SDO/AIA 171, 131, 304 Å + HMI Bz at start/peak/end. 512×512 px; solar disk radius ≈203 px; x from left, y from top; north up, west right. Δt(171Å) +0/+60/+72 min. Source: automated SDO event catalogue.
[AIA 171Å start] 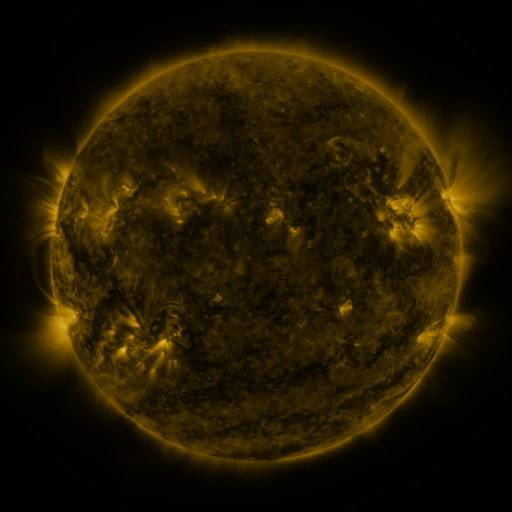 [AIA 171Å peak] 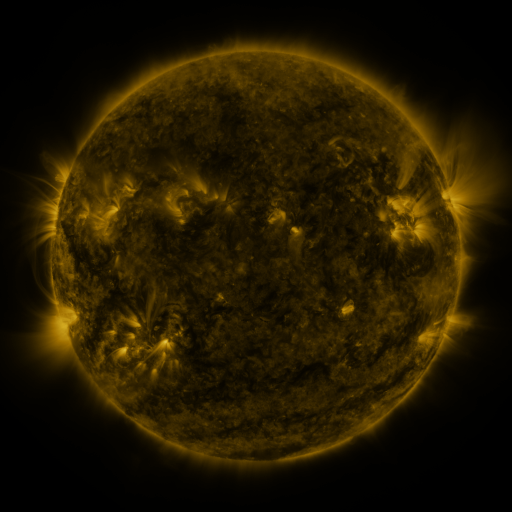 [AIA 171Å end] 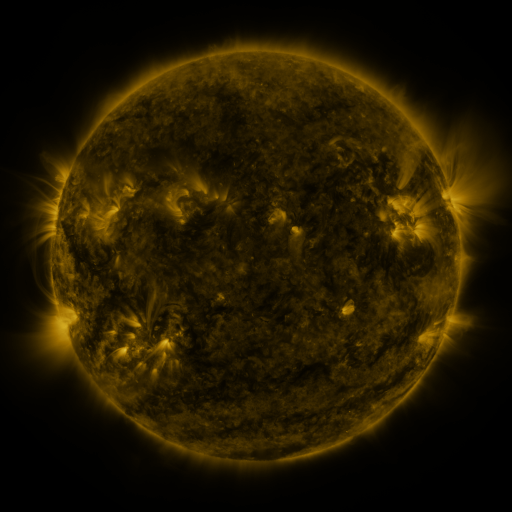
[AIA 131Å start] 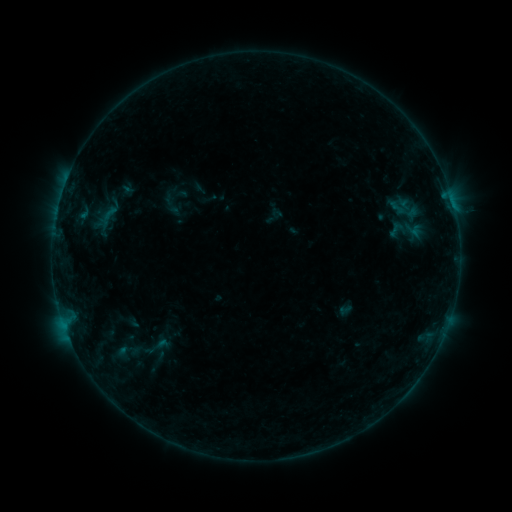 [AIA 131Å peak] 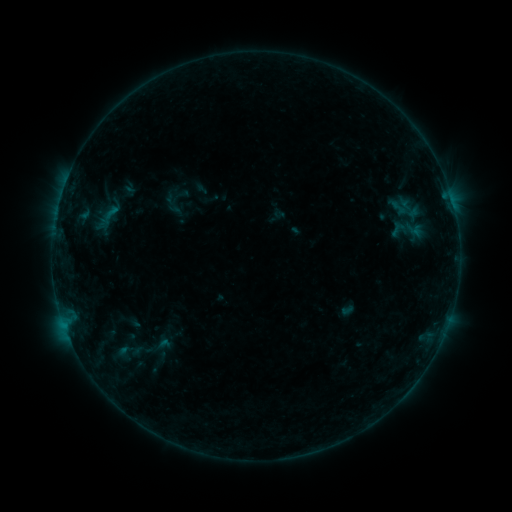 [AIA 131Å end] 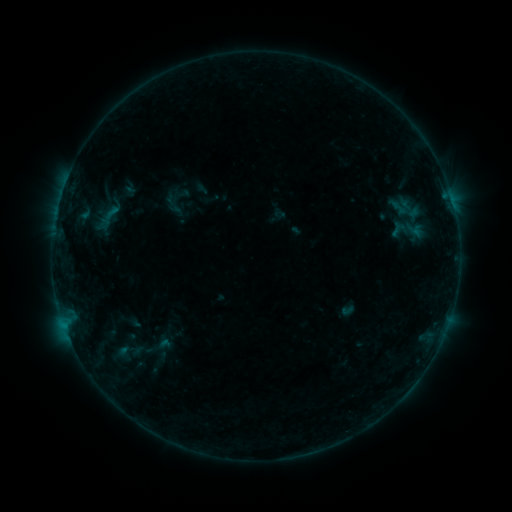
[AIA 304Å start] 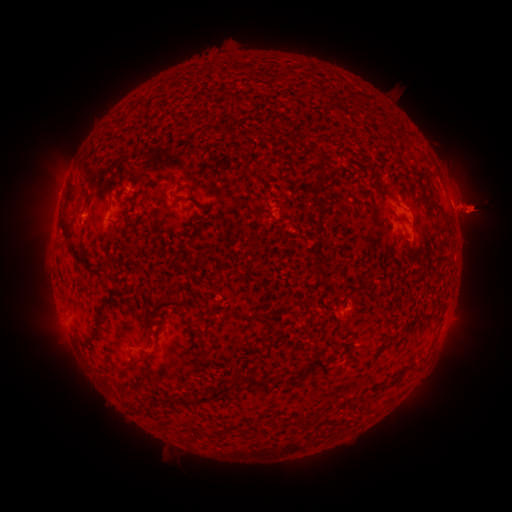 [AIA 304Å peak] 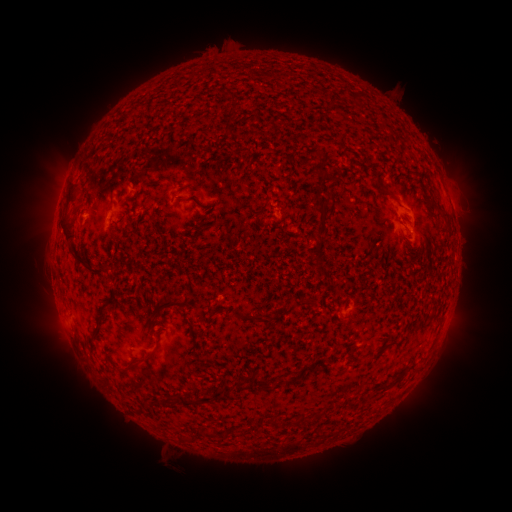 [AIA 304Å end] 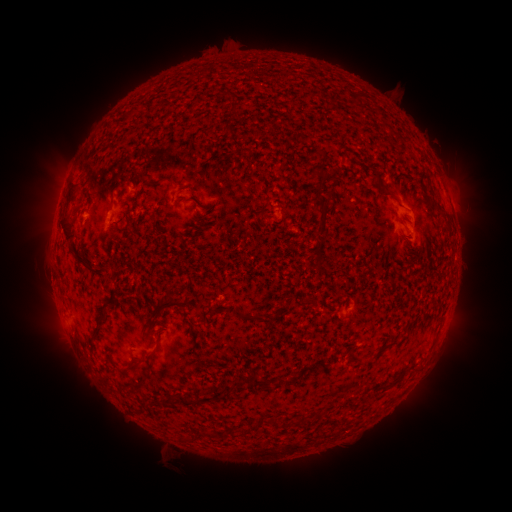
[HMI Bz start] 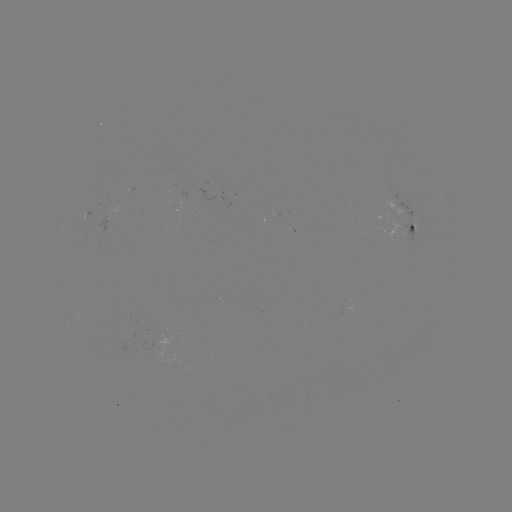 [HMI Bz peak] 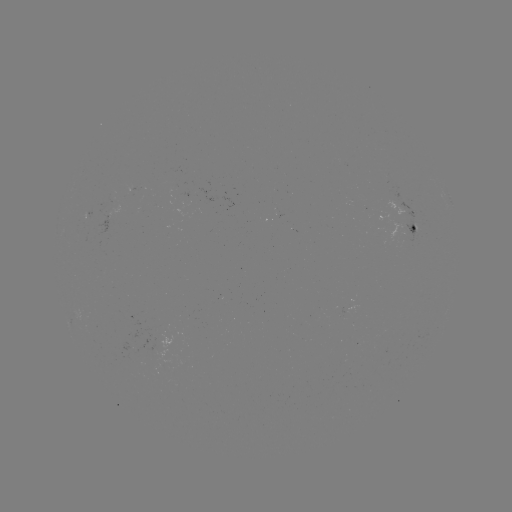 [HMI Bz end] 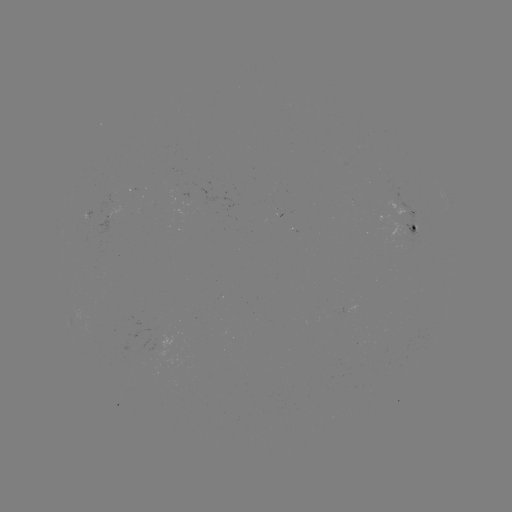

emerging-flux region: [86, 197, 109, 222]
